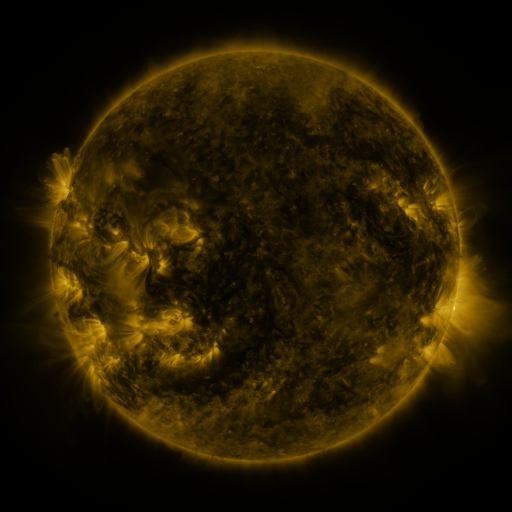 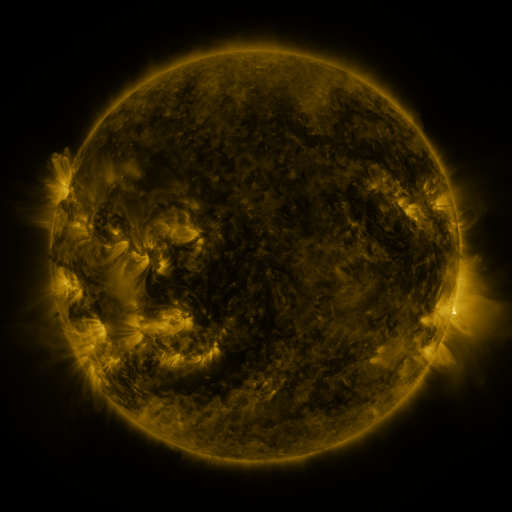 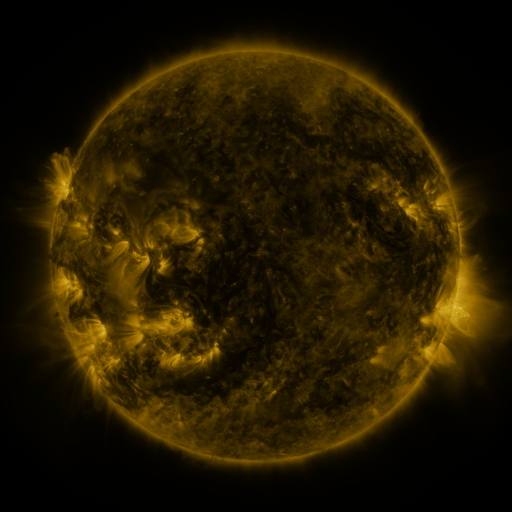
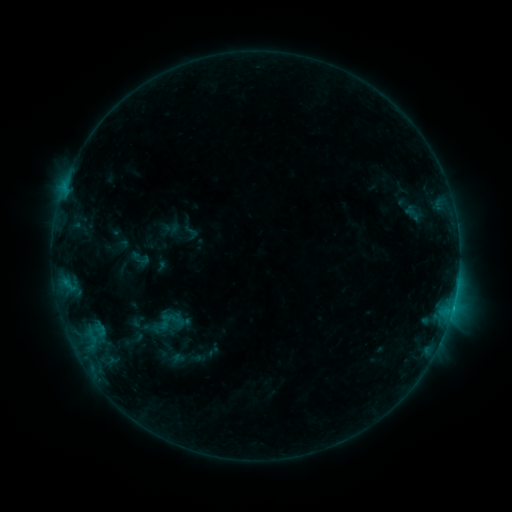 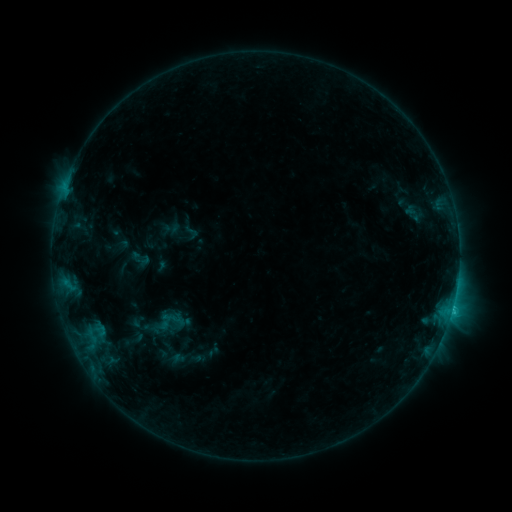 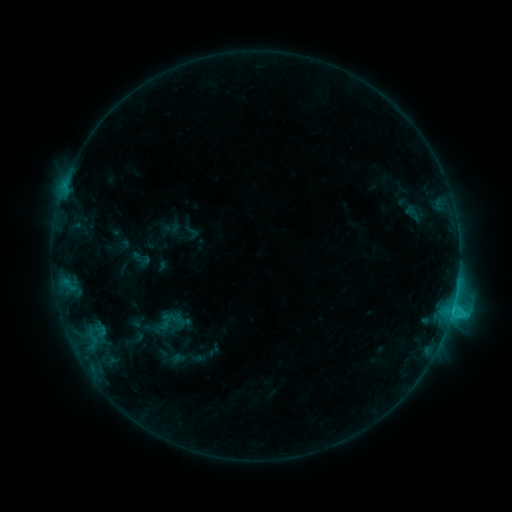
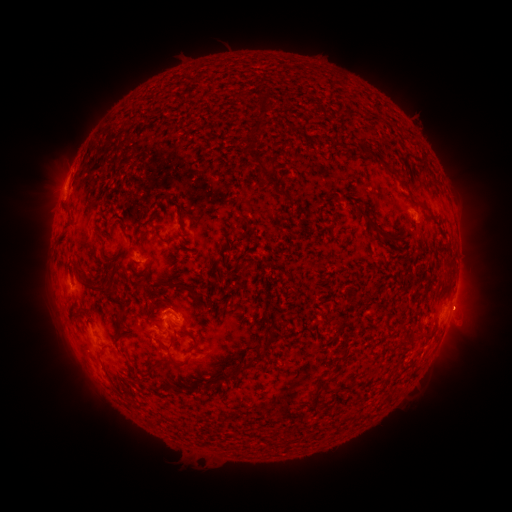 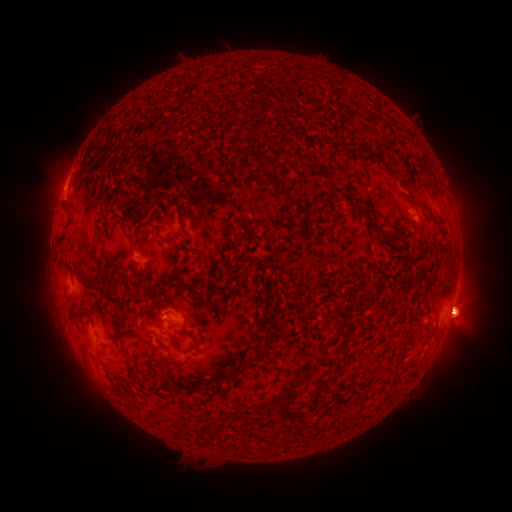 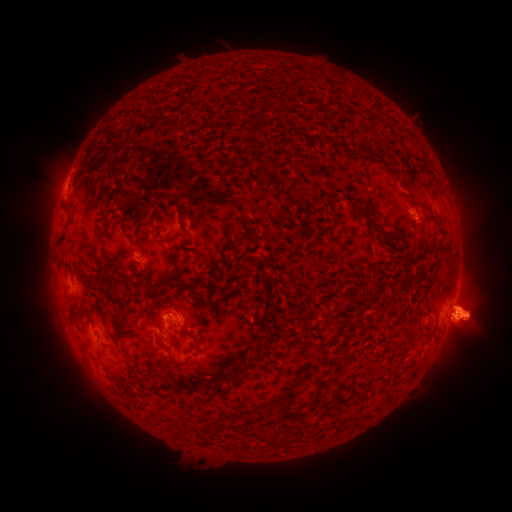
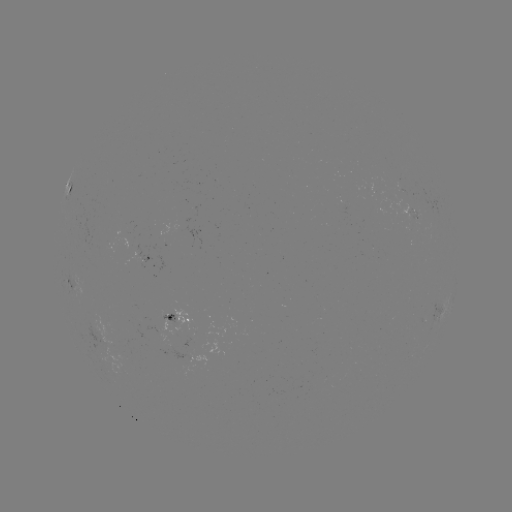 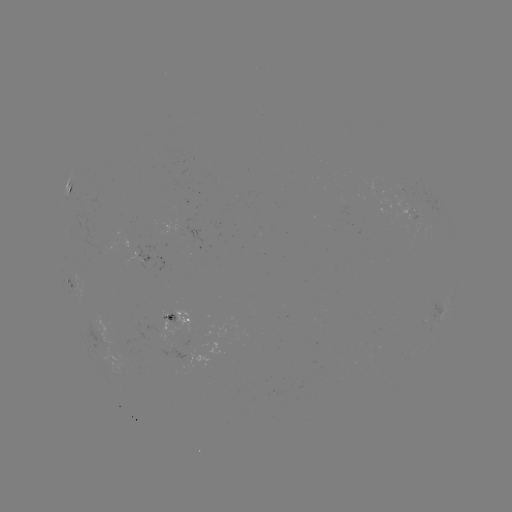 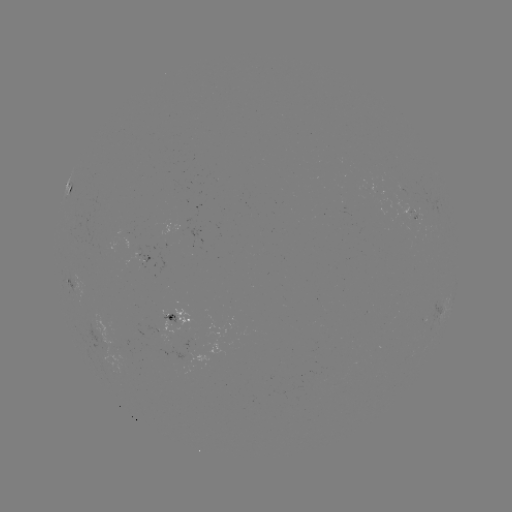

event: eruption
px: (468, 312)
